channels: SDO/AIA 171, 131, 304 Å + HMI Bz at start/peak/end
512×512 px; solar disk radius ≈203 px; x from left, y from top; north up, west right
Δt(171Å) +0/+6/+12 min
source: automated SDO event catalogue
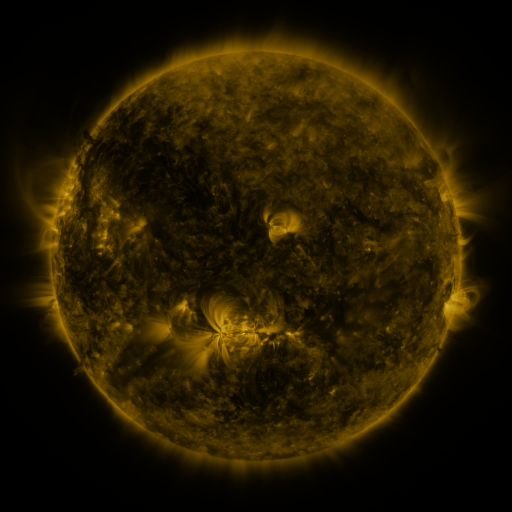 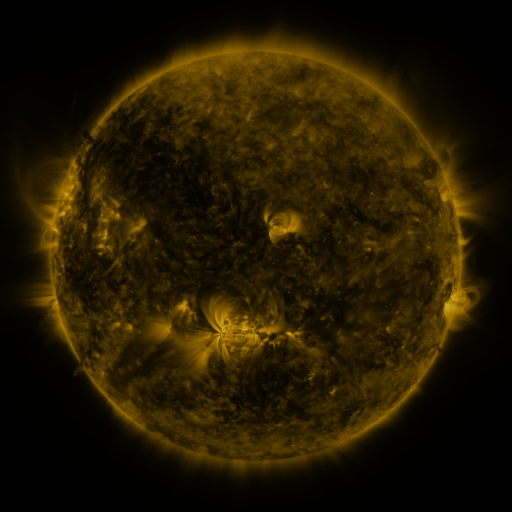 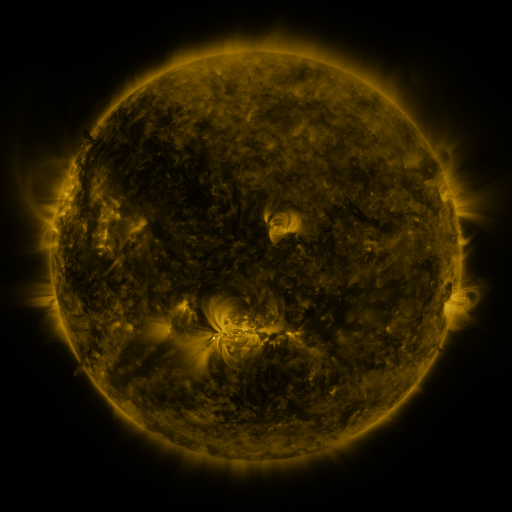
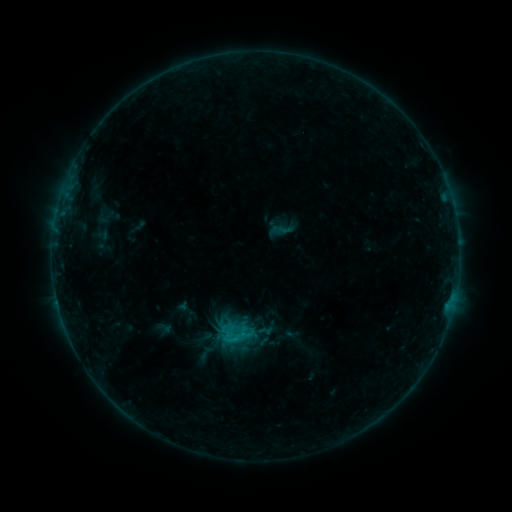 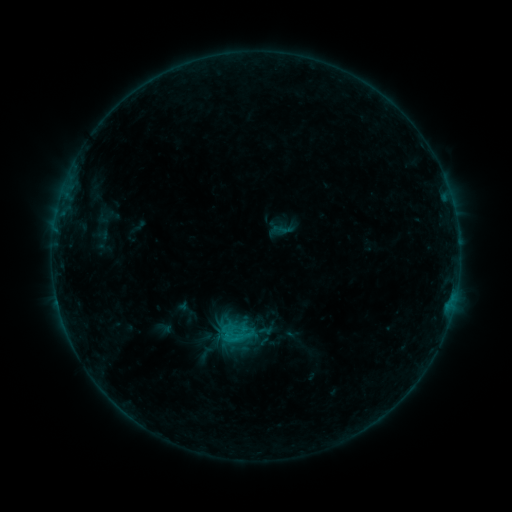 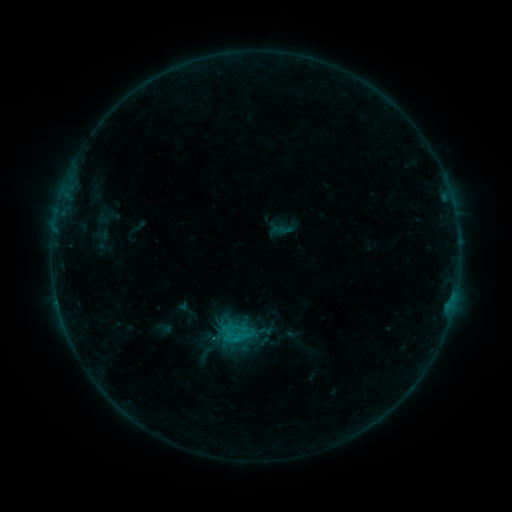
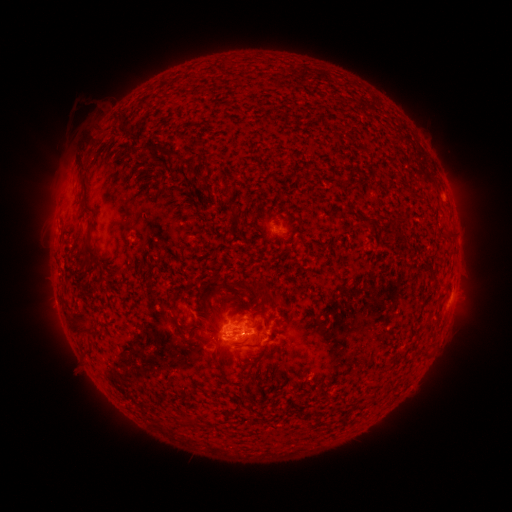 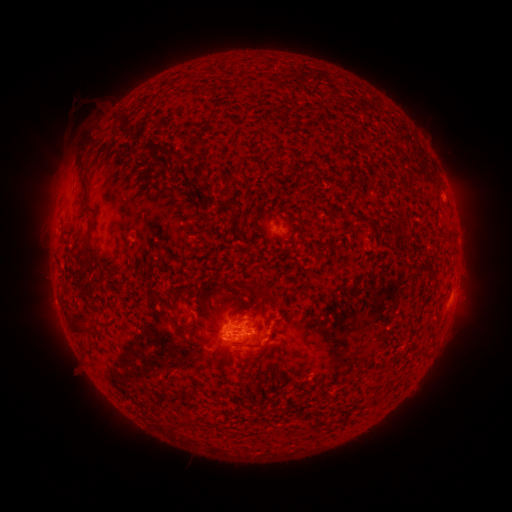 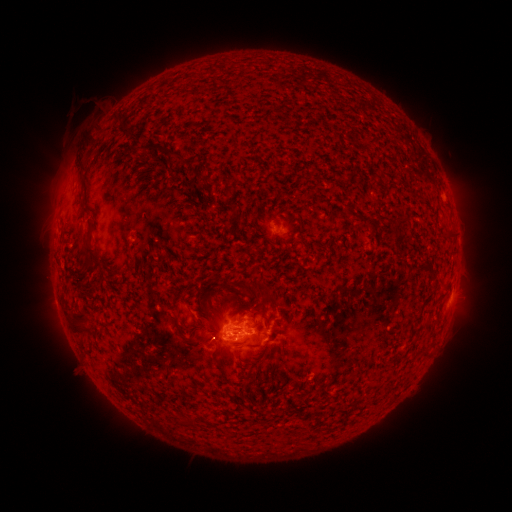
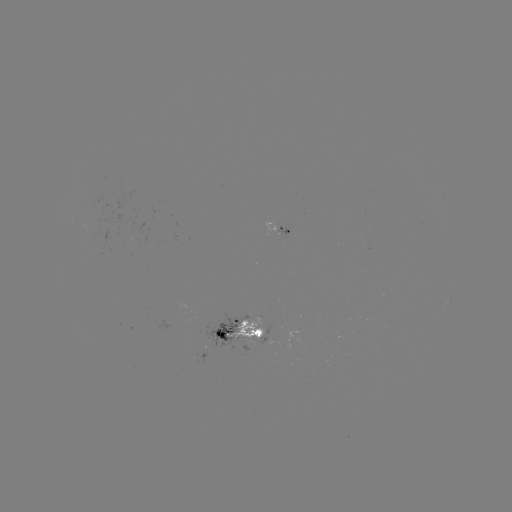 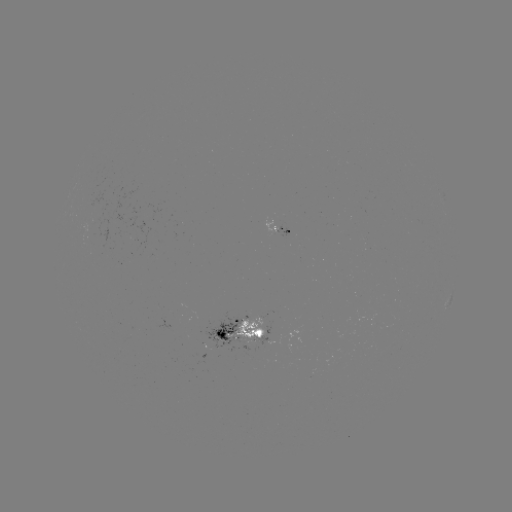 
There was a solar flare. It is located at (242, 335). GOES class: B9.8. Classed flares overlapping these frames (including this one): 2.